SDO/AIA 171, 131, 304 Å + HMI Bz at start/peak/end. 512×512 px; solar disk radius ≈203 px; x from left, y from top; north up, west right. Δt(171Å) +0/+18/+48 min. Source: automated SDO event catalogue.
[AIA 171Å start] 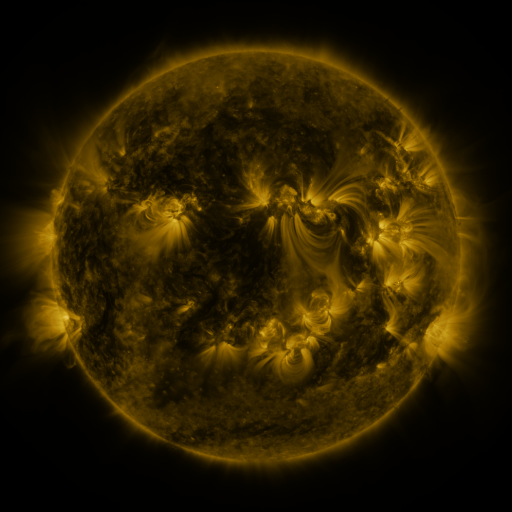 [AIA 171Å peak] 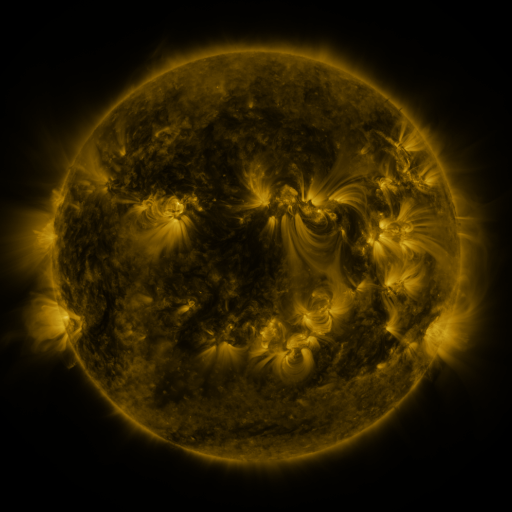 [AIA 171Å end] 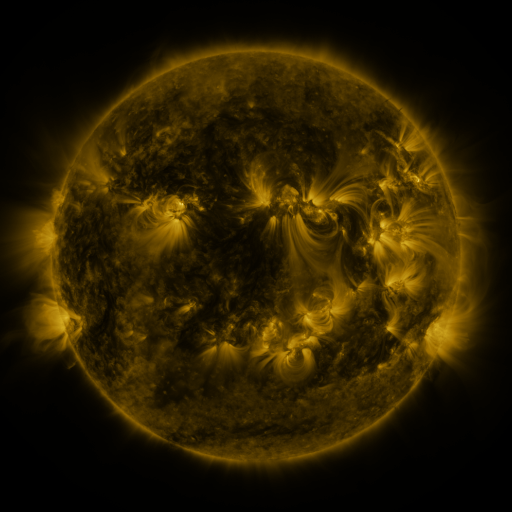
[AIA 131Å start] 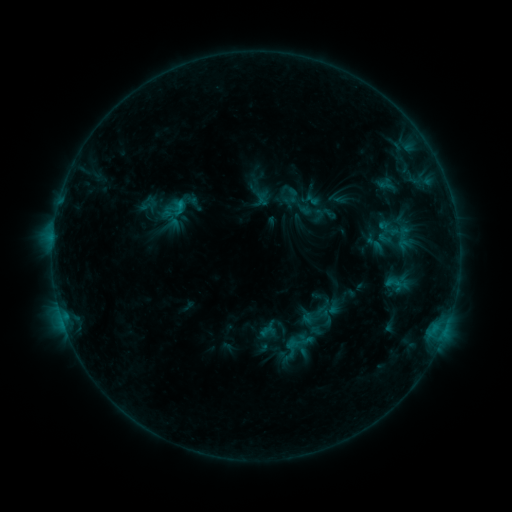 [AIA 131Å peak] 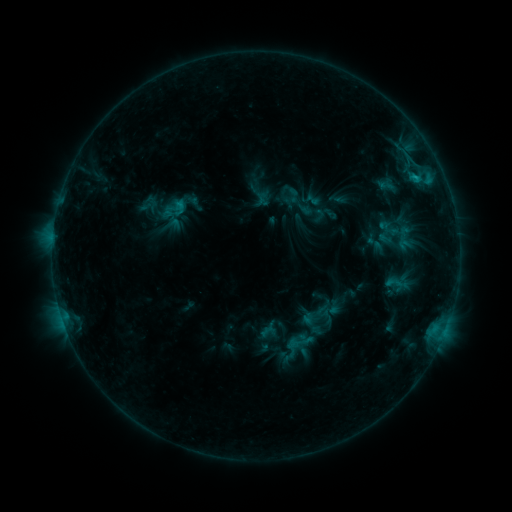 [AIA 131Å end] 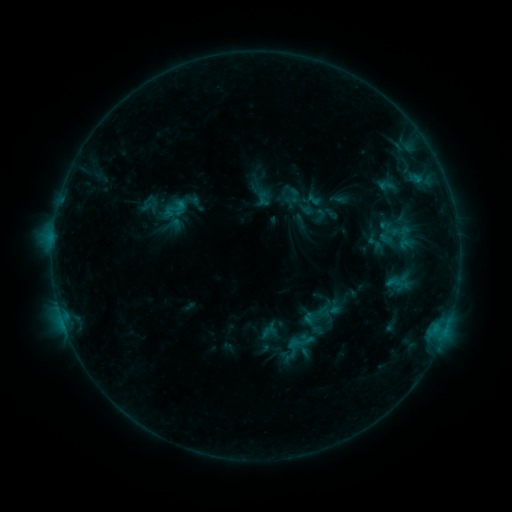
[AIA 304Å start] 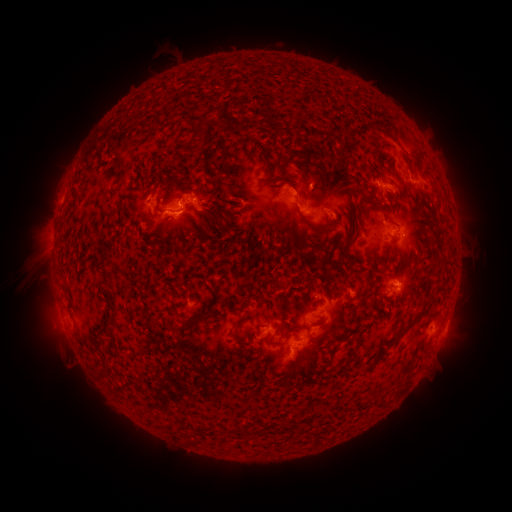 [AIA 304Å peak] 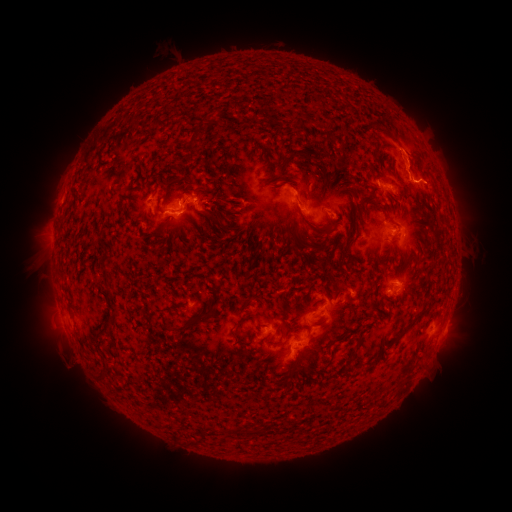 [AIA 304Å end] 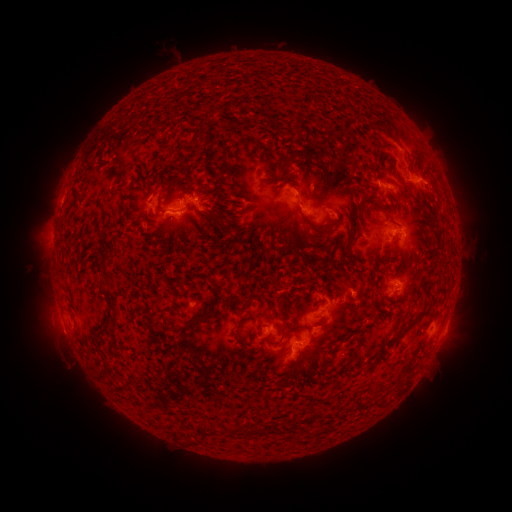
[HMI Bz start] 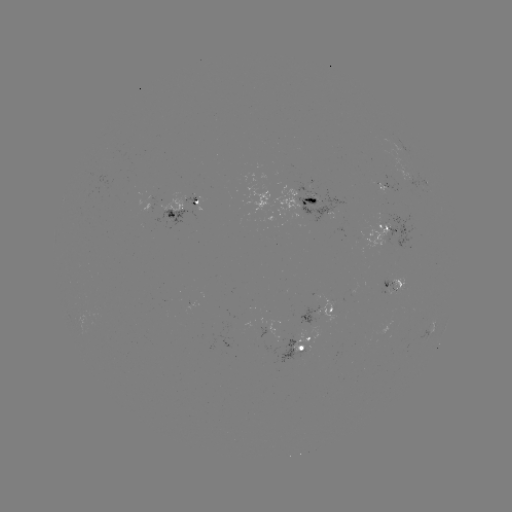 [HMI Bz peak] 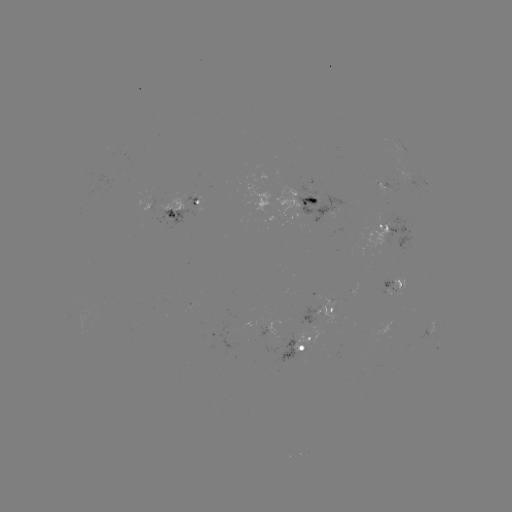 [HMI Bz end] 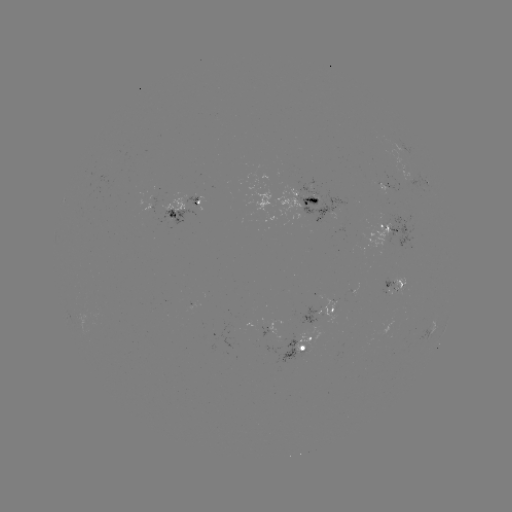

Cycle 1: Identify C1.2 flare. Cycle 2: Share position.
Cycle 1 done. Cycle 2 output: [413, 178].